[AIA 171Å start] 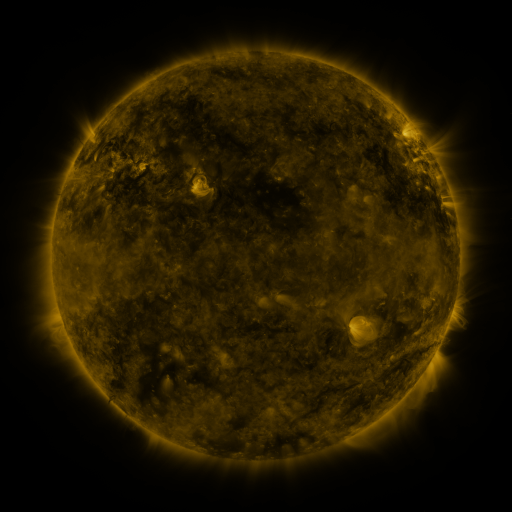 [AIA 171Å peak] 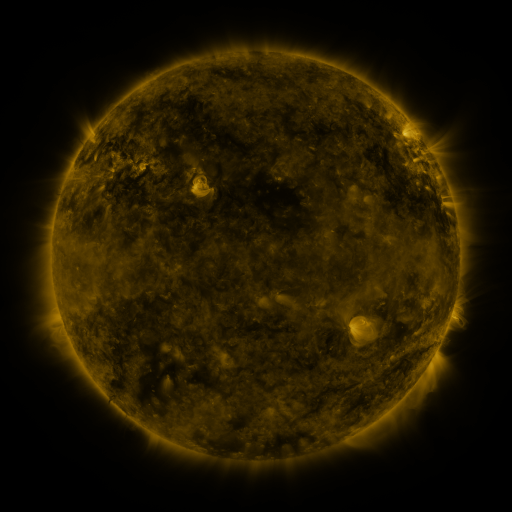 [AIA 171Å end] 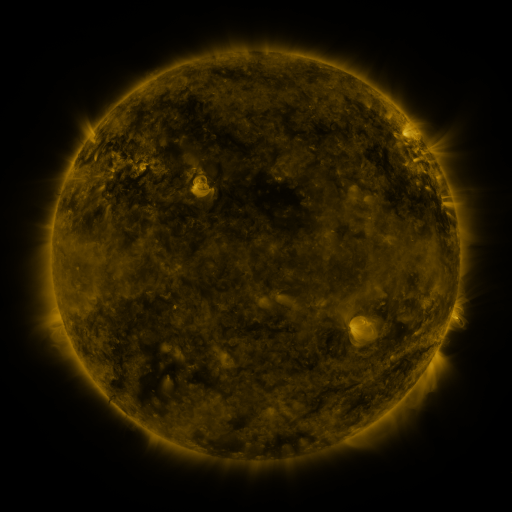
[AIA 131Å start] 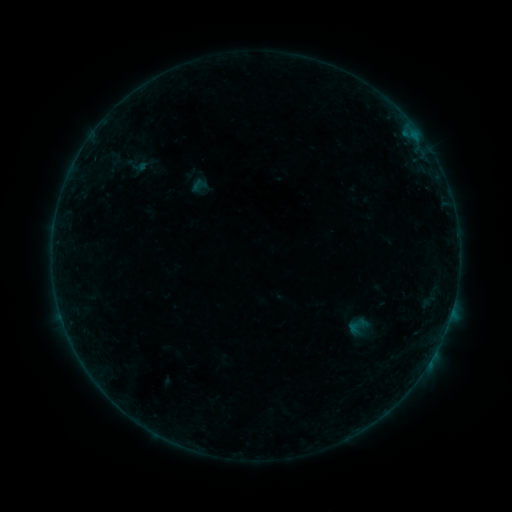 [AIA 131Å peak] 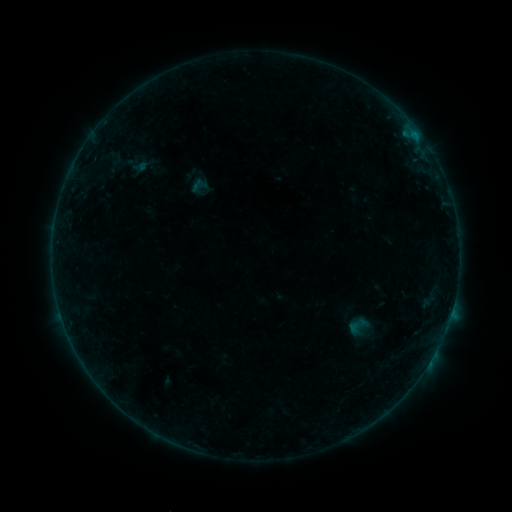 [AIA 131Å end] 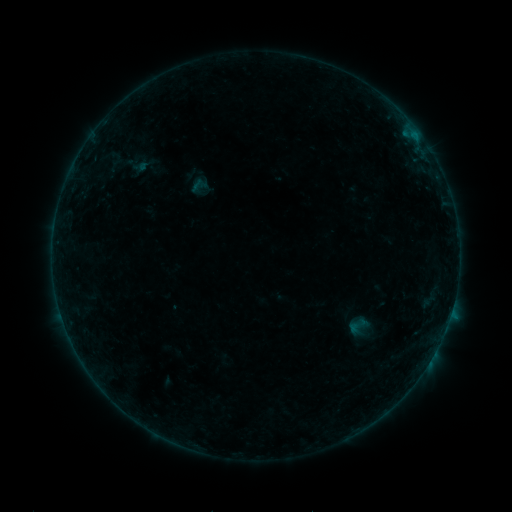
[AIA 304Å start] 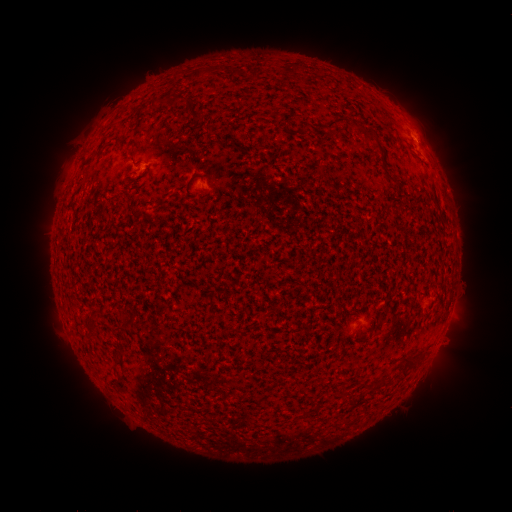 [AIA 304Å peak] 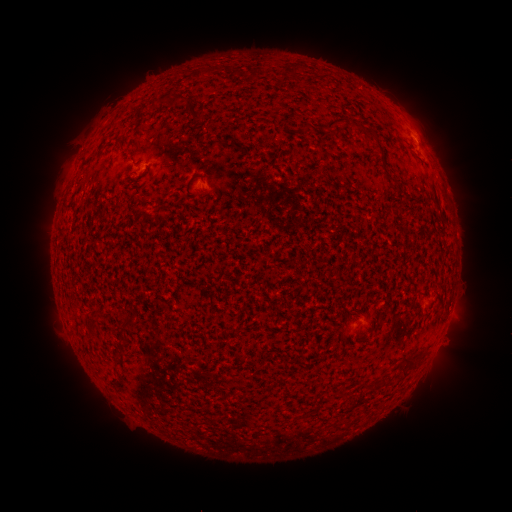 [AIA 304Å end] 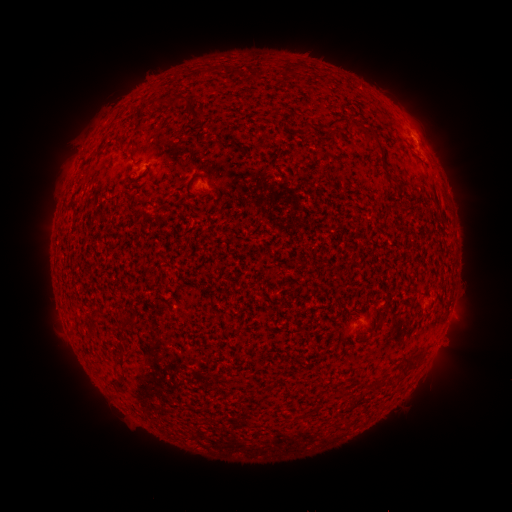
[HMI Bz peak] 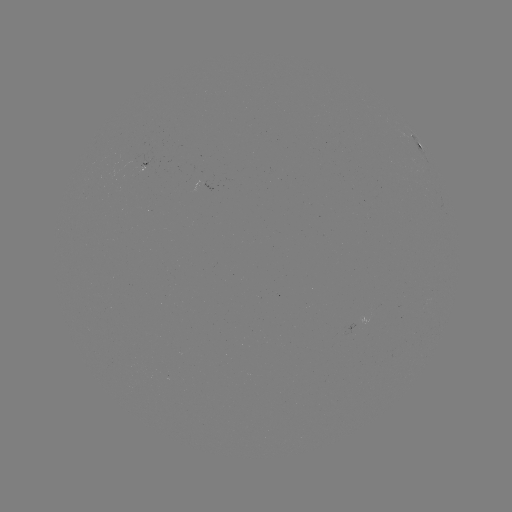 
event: flare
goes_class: B1.6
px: (450, 315)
